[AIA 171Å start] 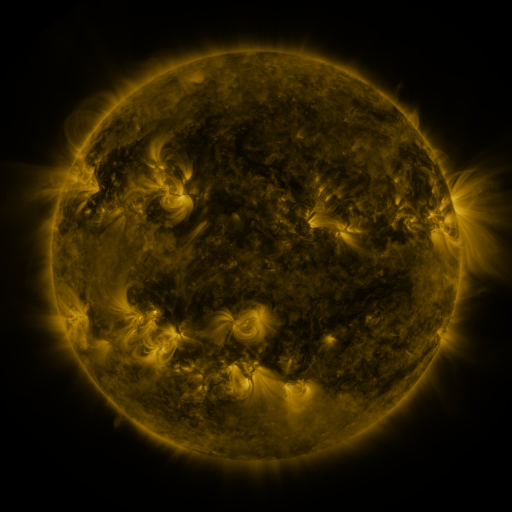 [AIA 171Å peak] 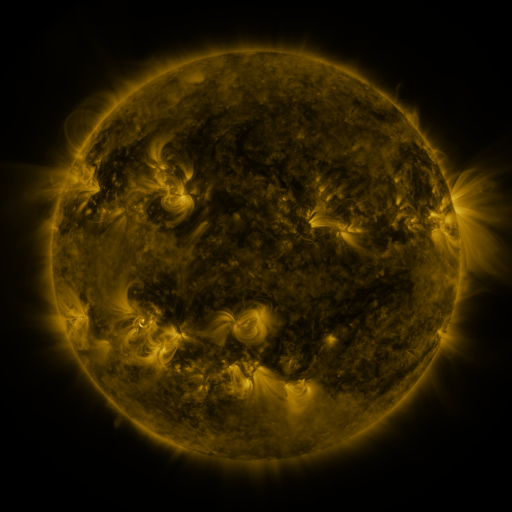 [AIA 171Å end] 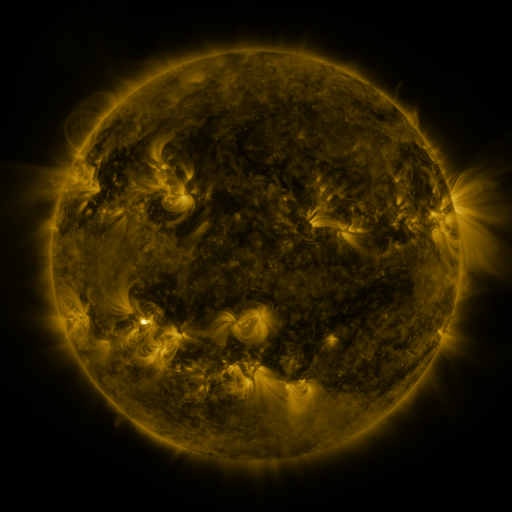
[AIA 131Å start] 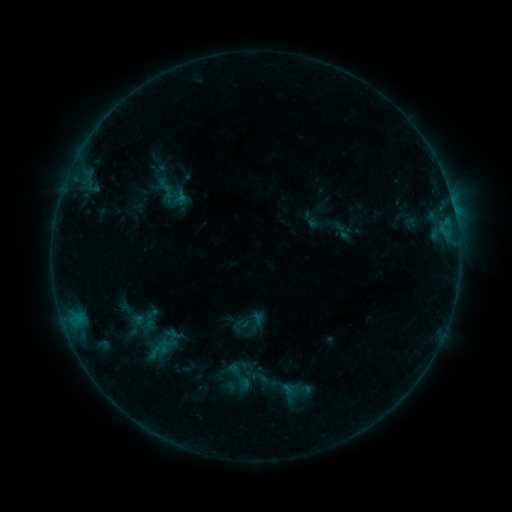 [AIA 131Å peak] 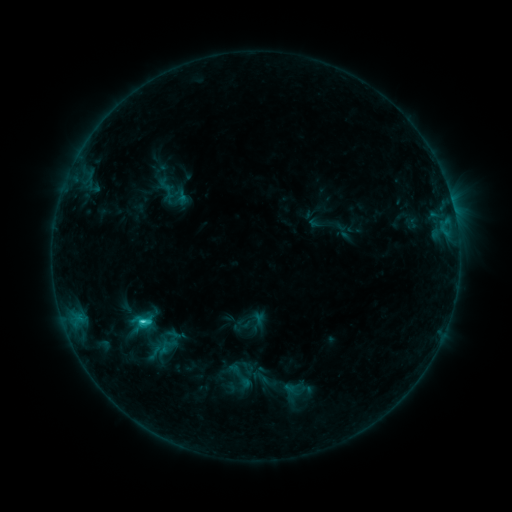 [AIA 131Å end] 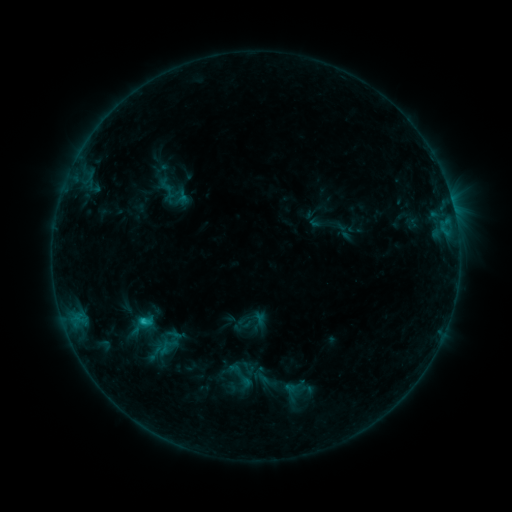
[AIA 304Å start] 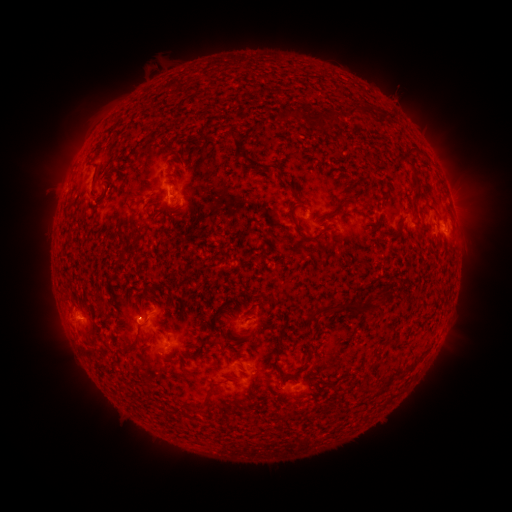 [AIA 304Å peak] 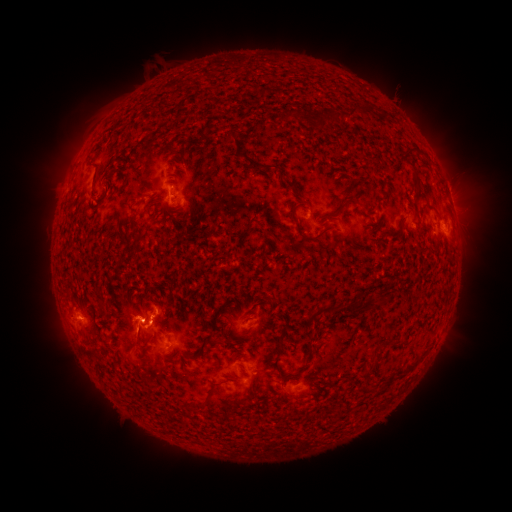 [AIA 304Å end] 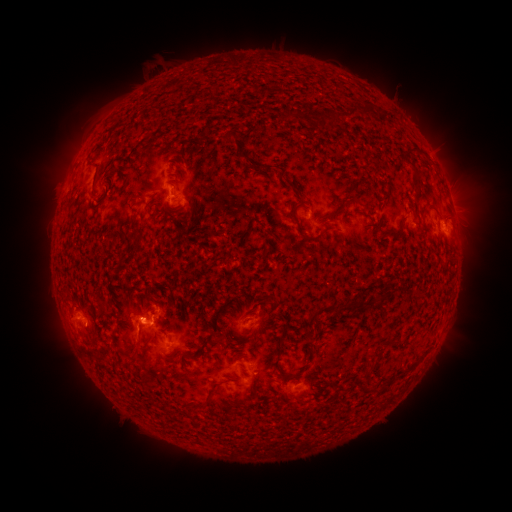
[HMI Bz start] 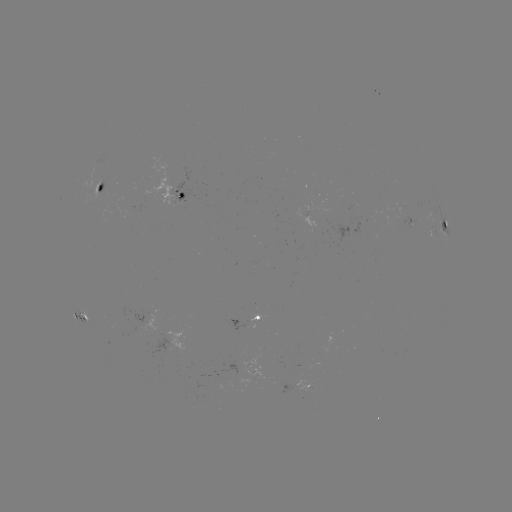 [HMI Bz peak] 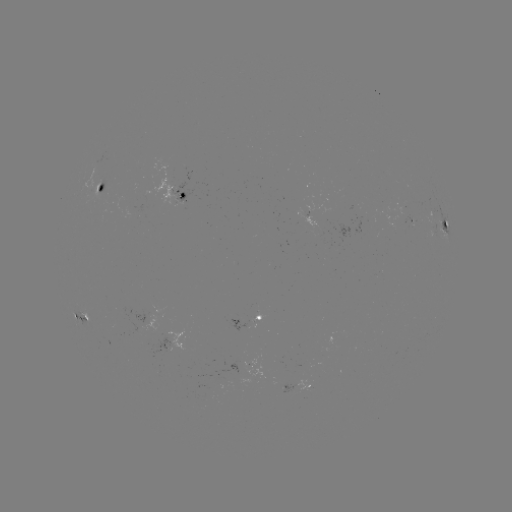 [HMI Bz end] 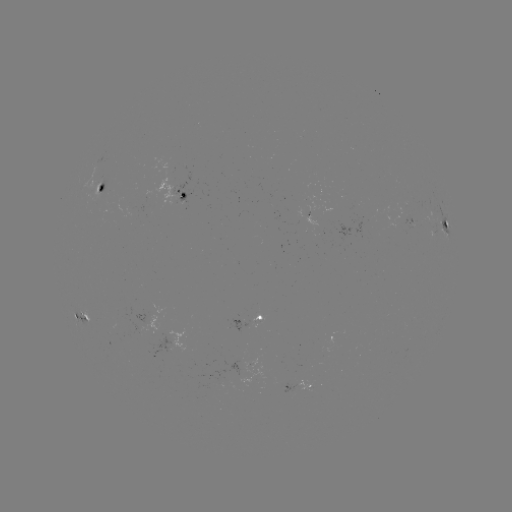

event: flare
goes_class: C1.9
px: (144, 320)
